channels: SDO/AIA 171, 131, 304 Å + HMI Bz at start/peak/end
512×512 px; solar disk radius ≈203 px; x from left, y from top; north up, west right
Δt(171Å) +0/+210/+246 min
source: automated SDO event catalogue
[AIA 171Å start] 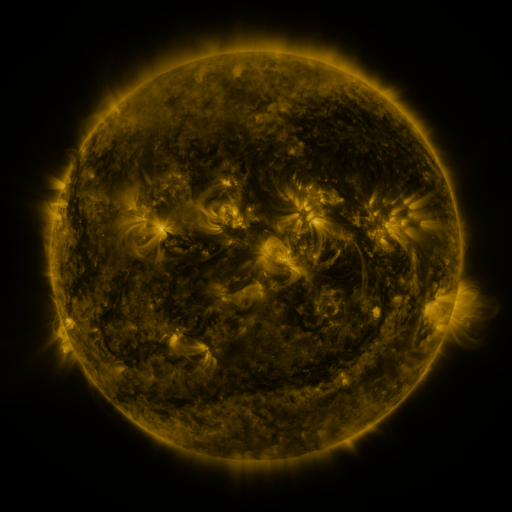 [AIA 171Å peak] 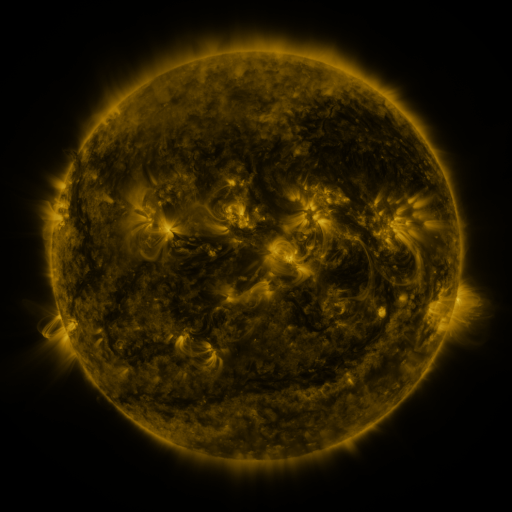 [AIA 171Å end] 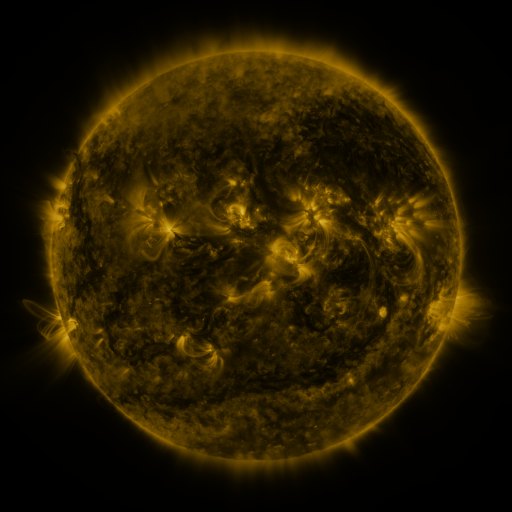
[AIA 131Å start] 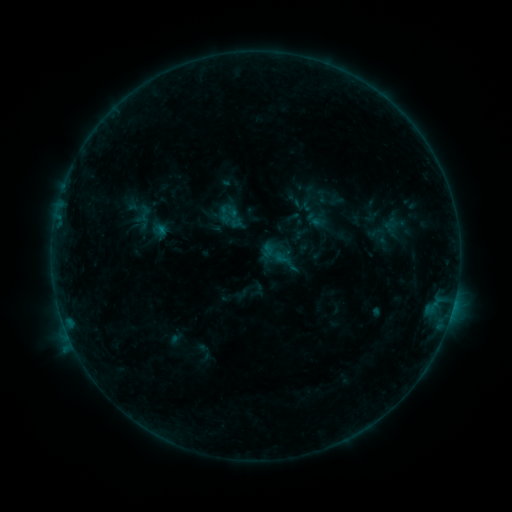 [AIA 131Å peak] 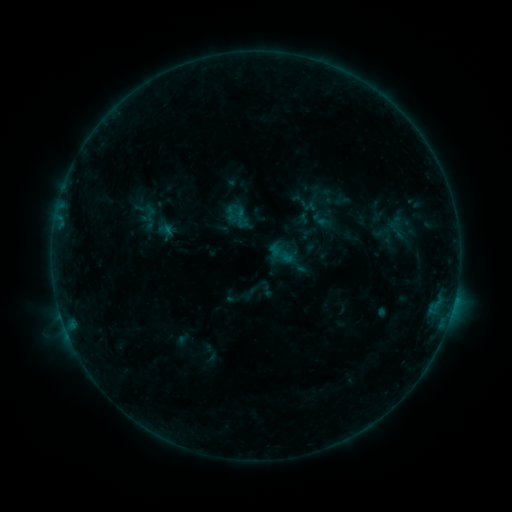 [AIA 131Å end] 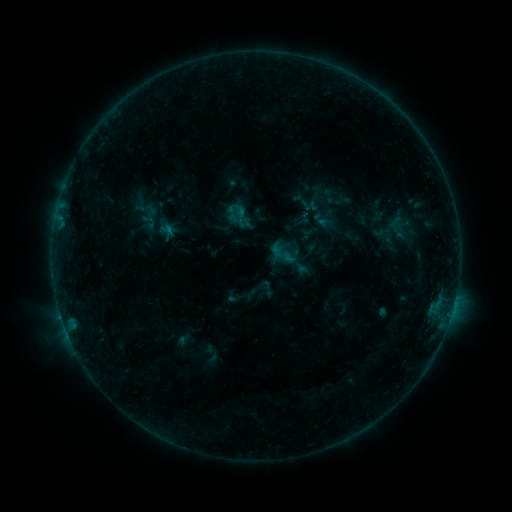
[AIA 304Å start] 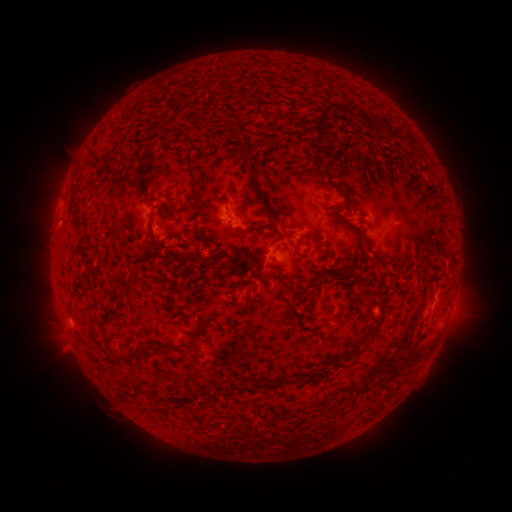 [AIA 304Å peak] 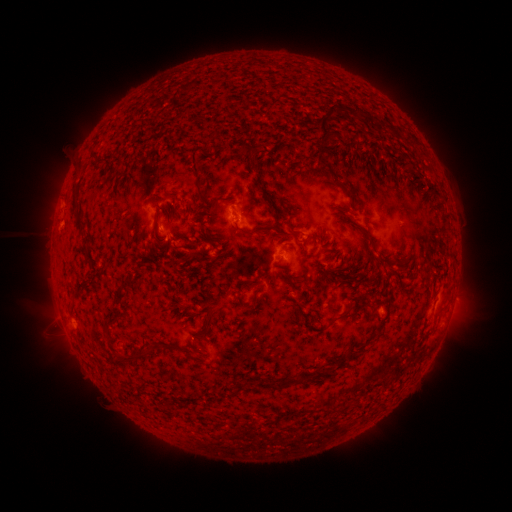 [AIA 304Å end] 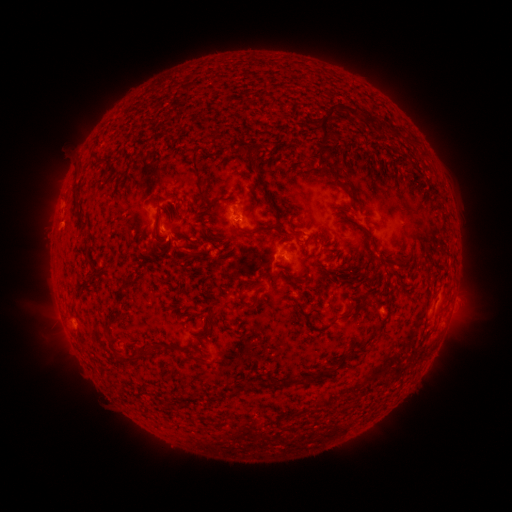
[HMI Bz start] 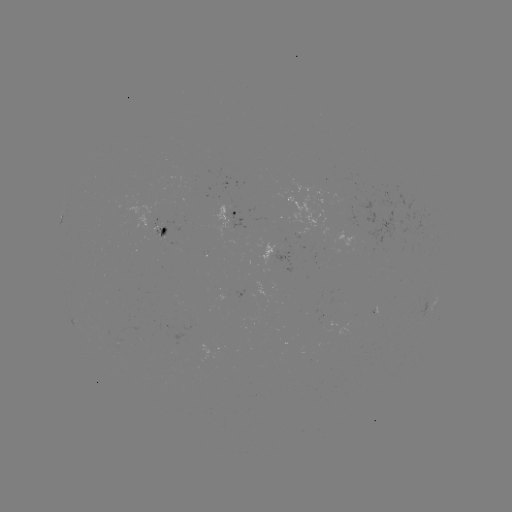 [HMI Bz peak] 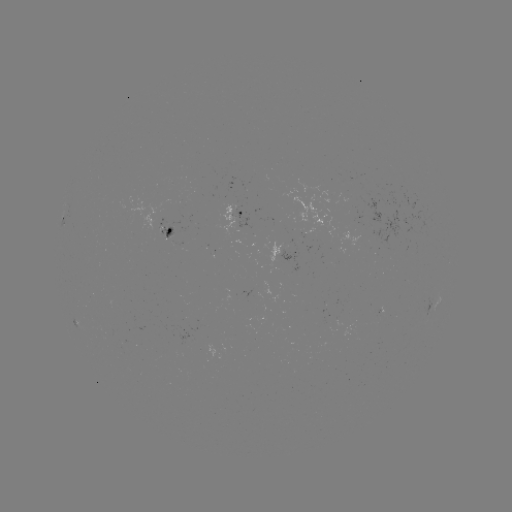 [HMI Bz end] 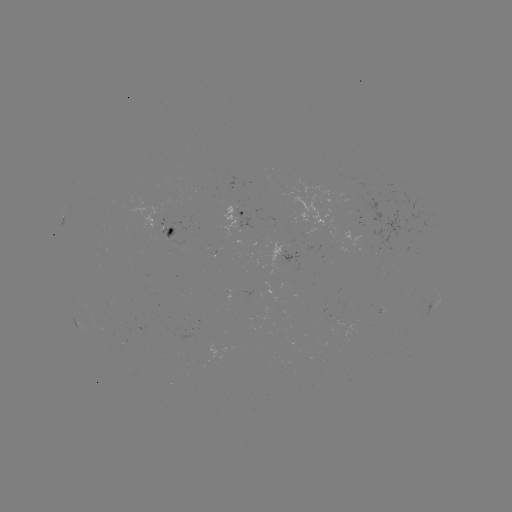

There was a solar emerging-flux region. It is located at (163, 225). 